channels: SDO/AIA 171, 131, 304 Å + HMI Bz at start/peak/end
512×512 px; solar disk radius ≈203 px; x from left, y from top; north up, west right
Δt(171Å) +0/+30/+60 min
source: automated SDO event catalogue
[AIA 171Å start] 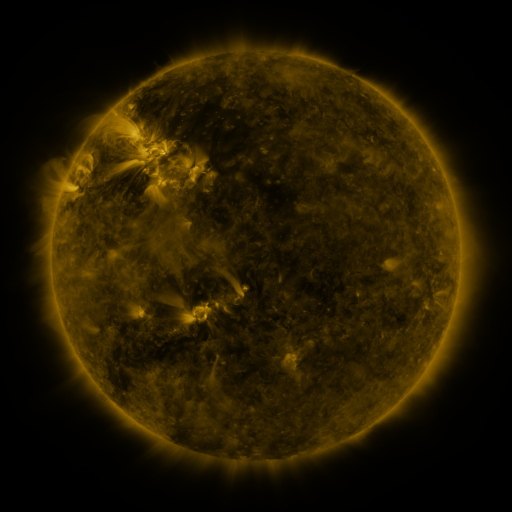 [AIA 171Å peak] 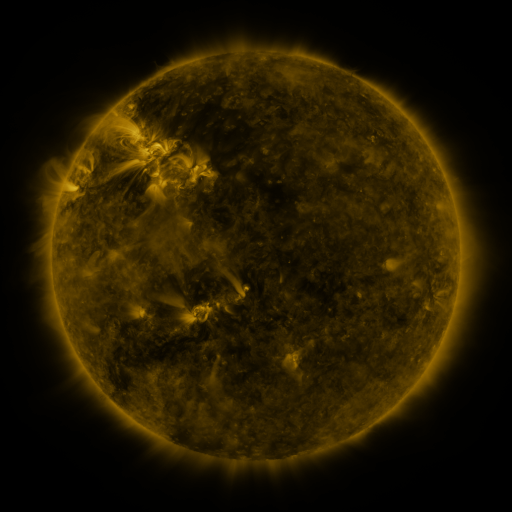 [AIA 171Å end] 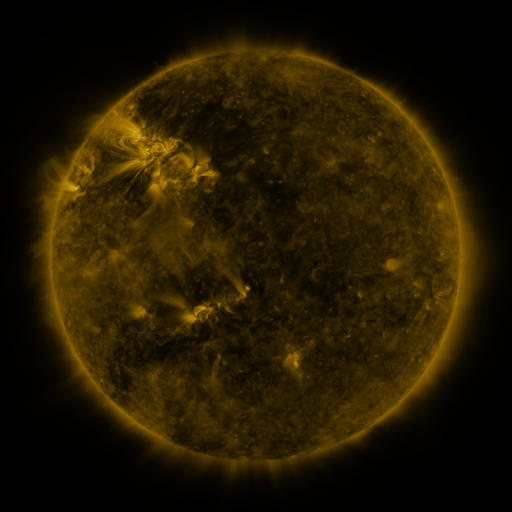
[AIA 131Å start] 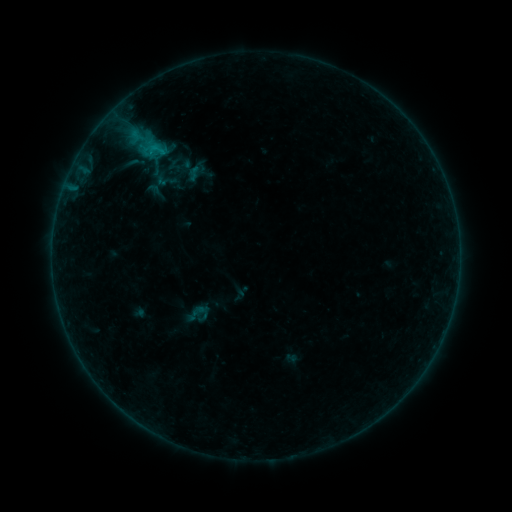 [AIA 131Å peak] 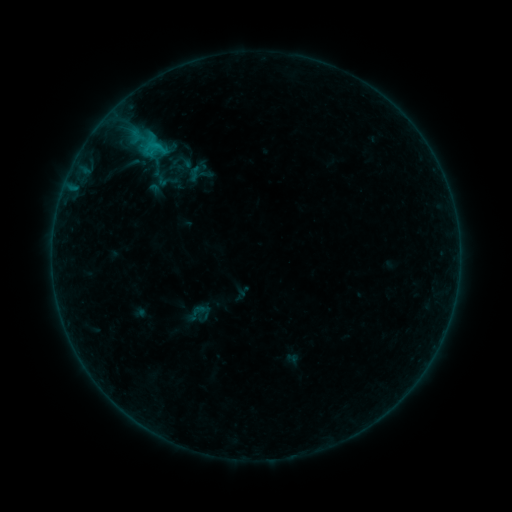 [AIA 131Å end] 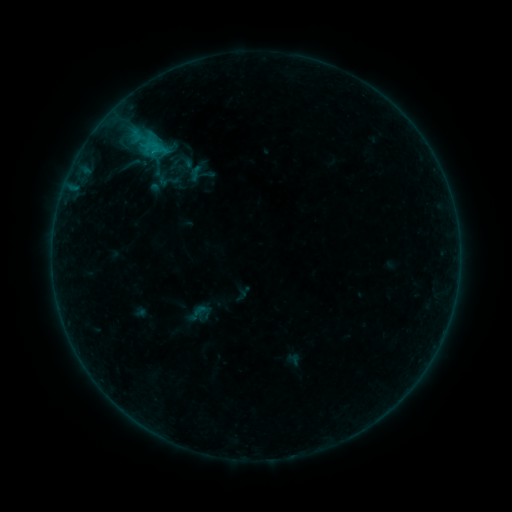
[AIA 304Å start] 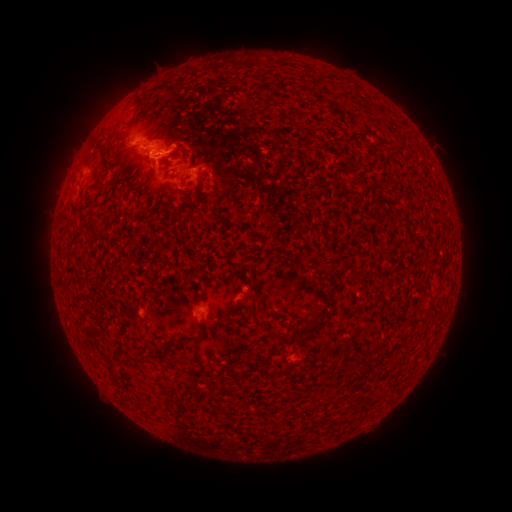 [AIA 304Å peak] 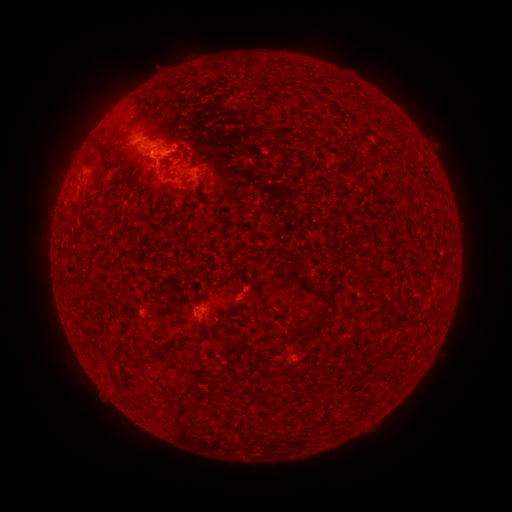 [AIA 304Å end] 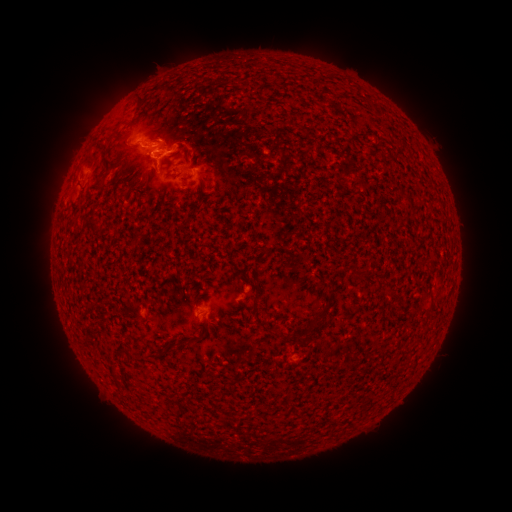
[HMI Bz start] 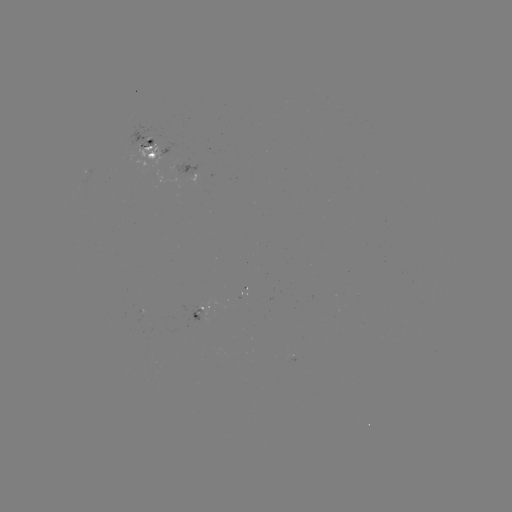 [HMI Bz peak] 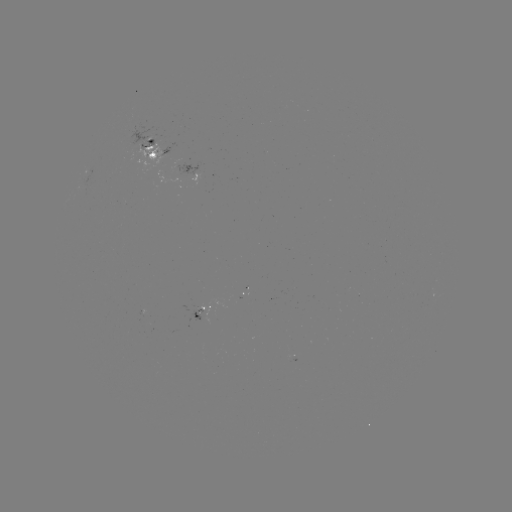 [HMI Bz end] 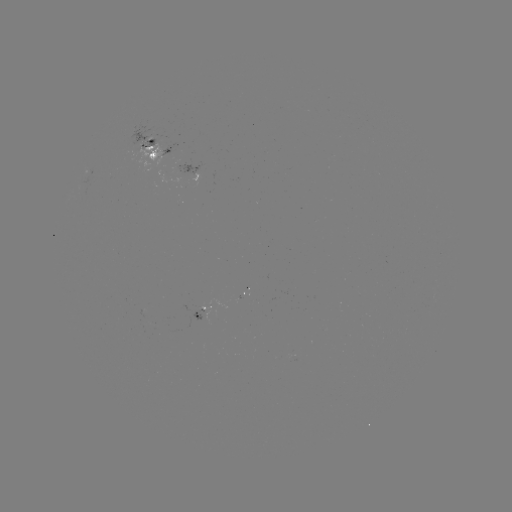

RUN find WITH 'emerging-flux region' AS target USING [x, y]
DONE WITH [143, 144] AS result